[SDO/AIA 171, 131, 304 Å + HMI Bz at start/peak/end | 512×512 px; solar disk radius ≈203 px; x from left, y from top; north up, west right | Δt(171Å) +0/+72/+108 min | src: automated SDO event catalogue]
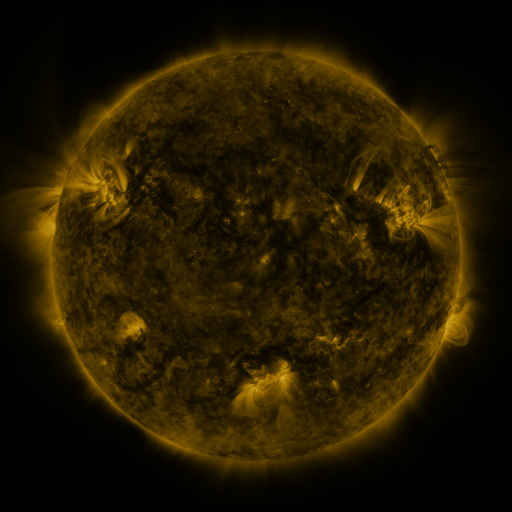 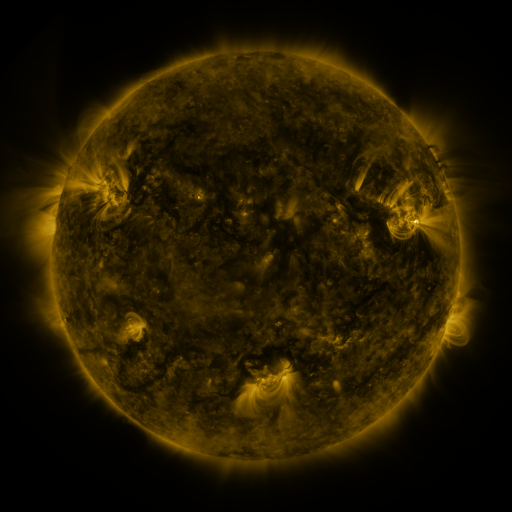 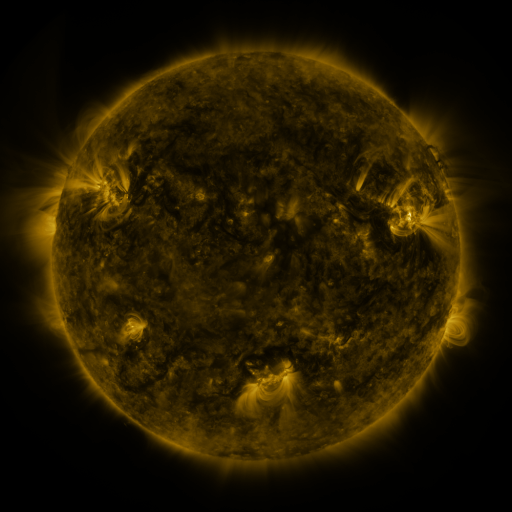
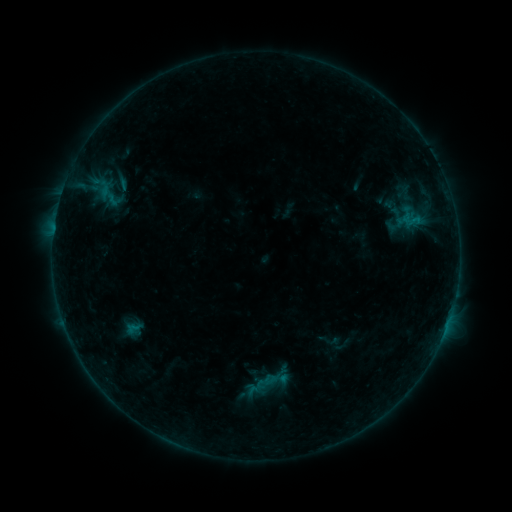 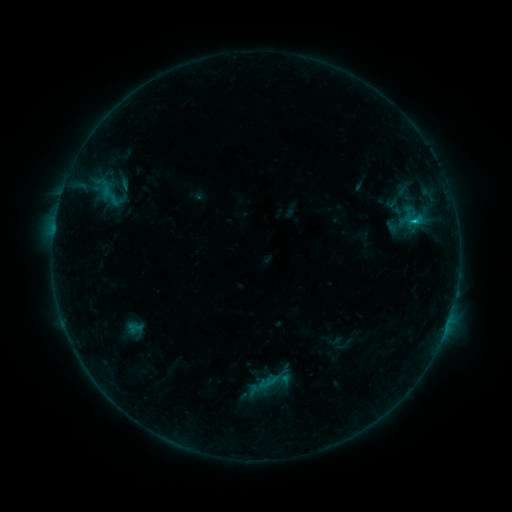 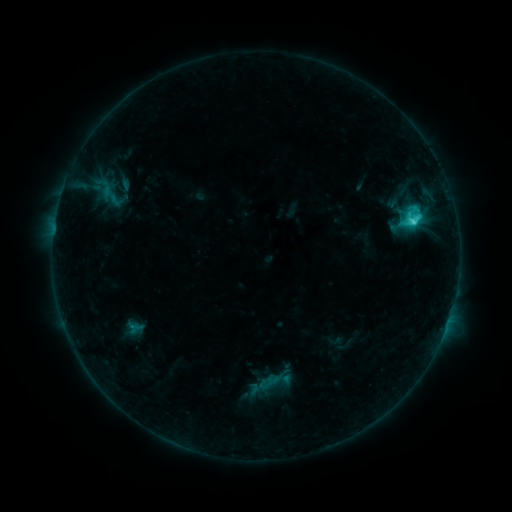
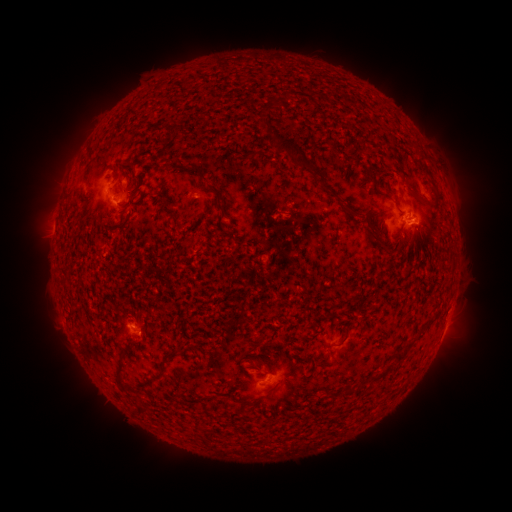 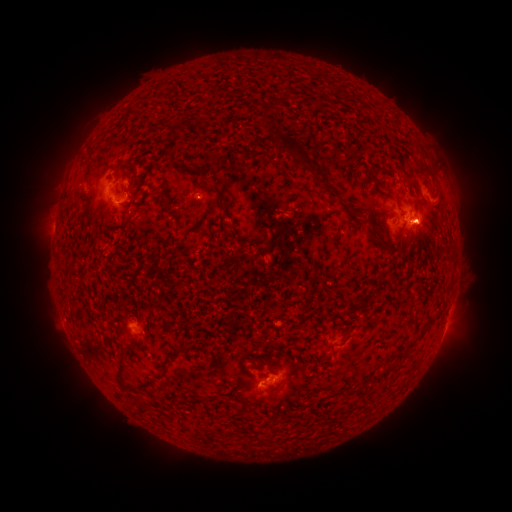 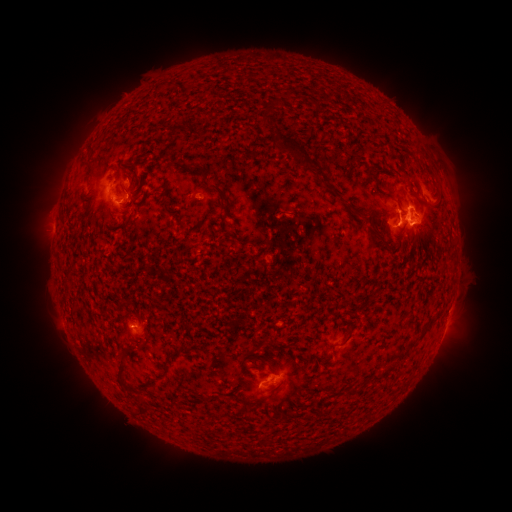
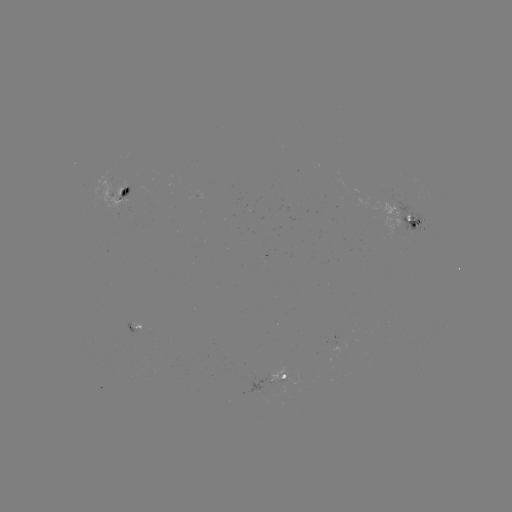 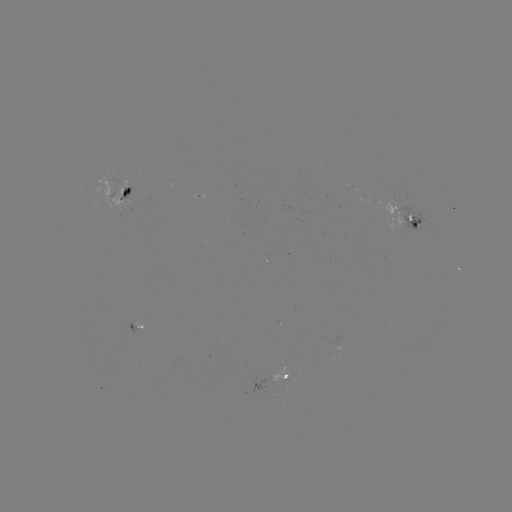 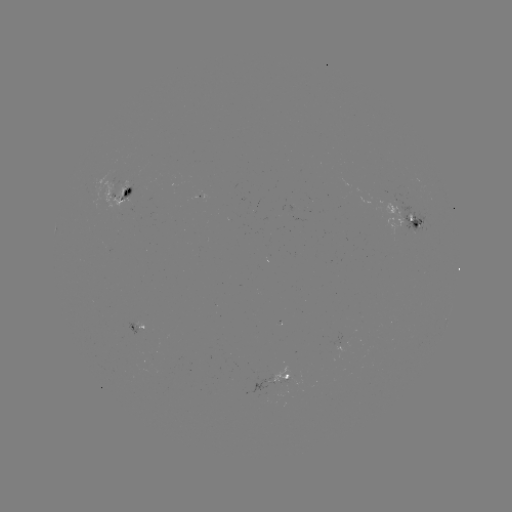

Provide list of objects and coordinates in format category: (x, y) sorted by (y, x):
emerging-flux region: (345, 119)
